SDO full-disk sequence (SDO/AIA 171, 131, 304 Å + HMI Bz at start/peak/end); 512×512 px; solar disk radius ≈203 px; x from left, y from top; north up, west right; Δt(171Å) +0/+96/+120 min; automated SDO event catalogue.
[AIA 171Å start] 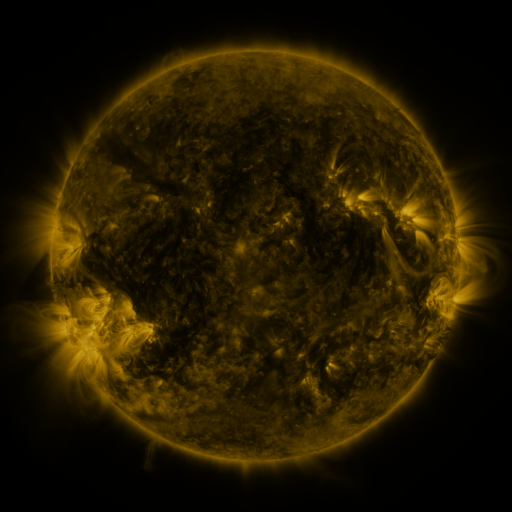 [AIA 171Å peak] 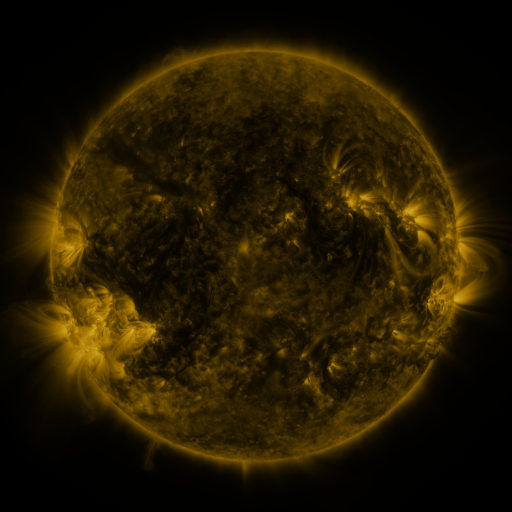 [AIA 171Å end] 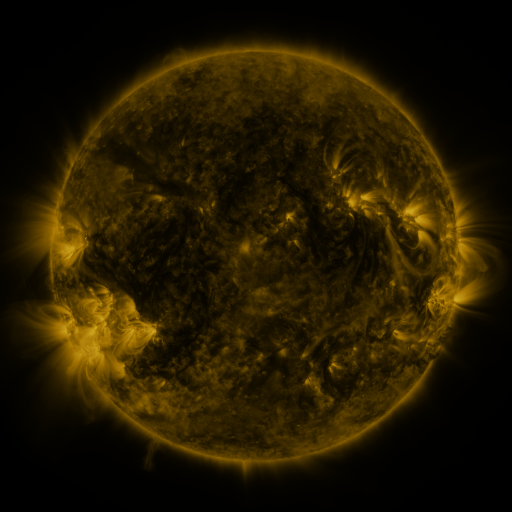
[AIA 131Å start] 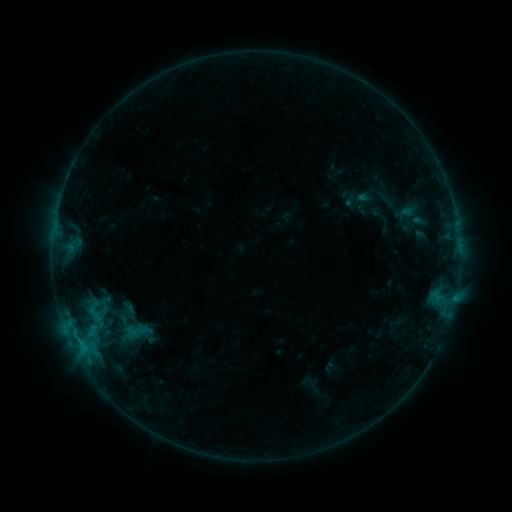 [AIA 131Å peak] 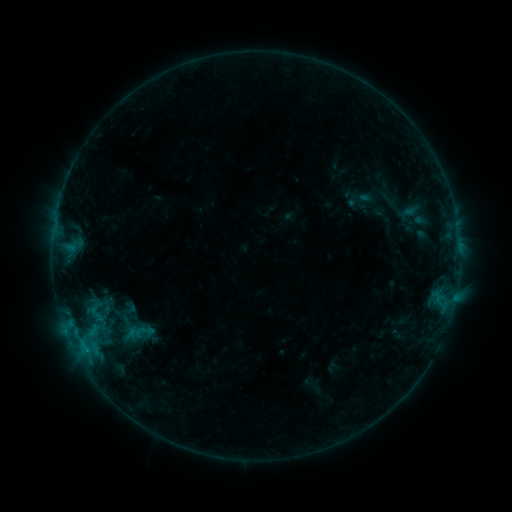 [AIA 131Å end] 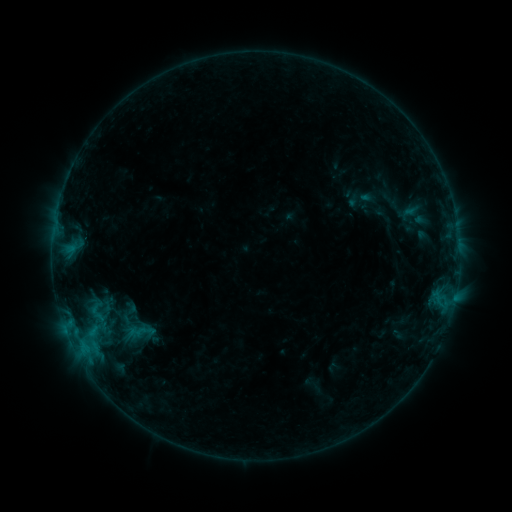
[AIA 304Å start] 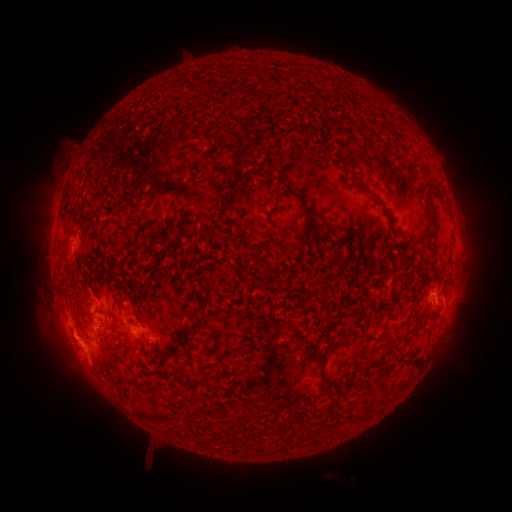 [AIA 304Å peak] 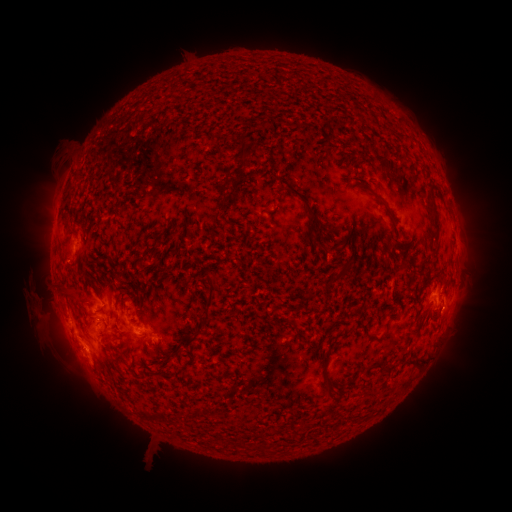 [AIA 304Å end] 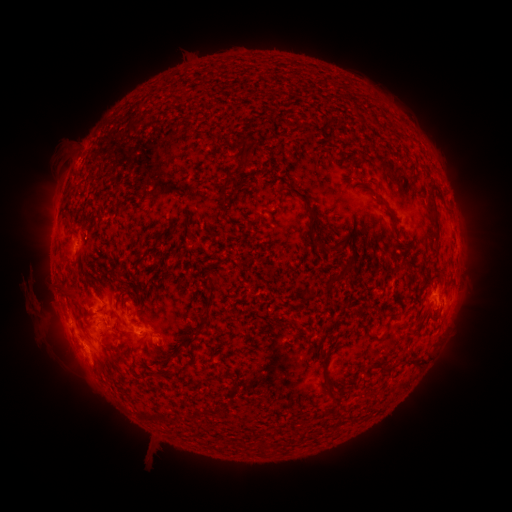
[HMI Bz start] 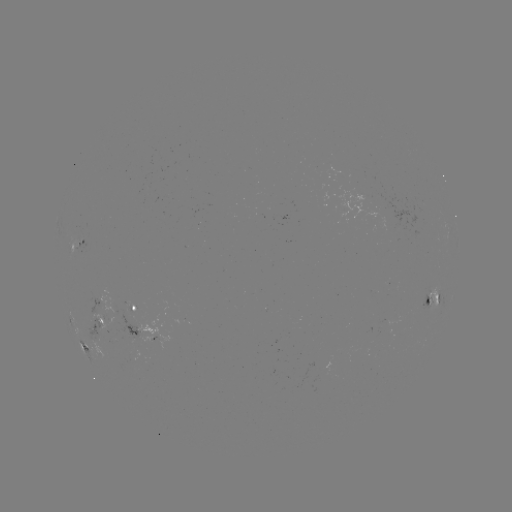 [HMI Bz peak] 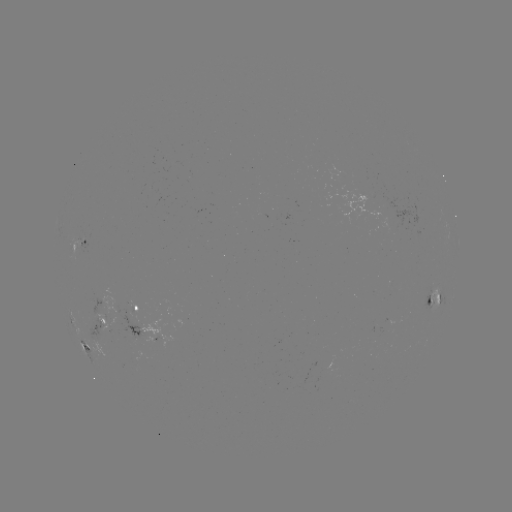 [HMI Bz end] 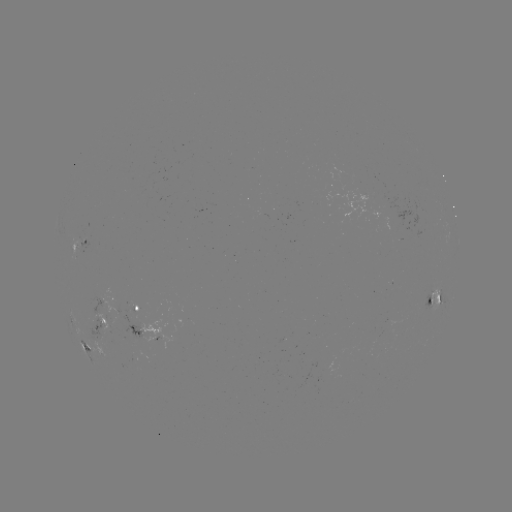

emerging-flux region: (122, 359, 141, 371)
